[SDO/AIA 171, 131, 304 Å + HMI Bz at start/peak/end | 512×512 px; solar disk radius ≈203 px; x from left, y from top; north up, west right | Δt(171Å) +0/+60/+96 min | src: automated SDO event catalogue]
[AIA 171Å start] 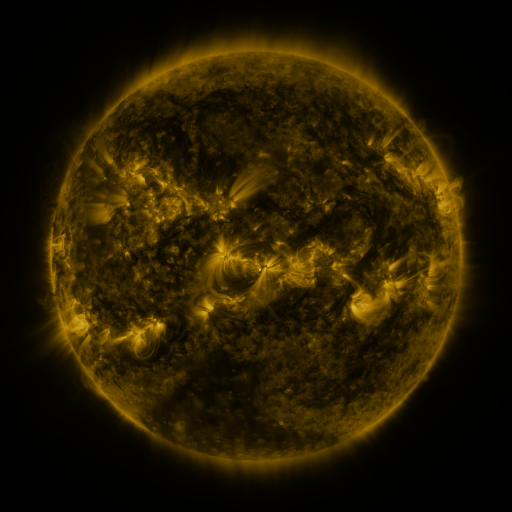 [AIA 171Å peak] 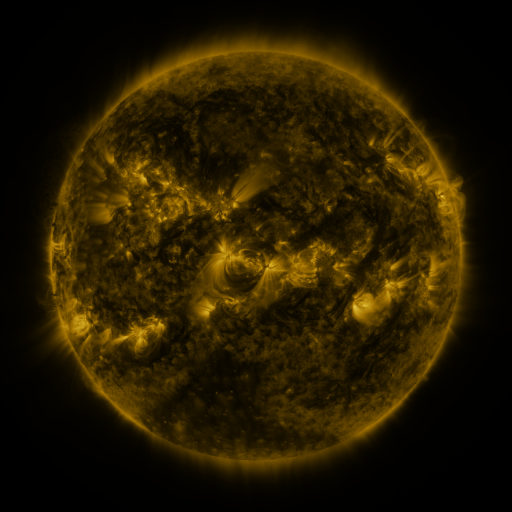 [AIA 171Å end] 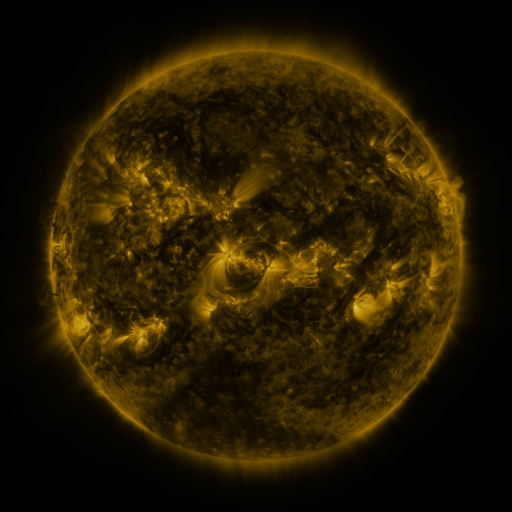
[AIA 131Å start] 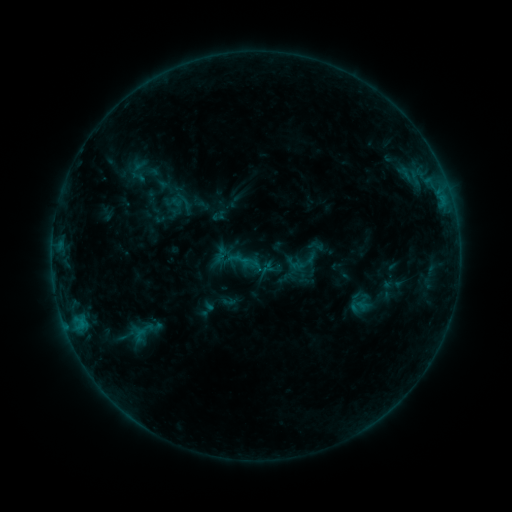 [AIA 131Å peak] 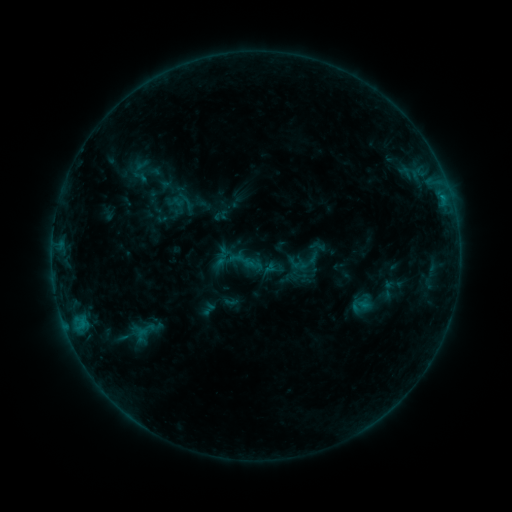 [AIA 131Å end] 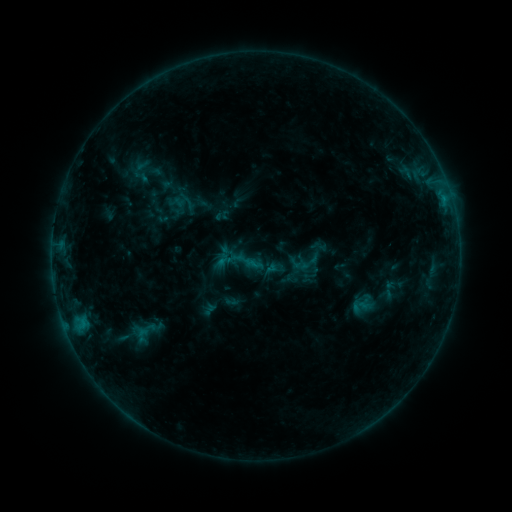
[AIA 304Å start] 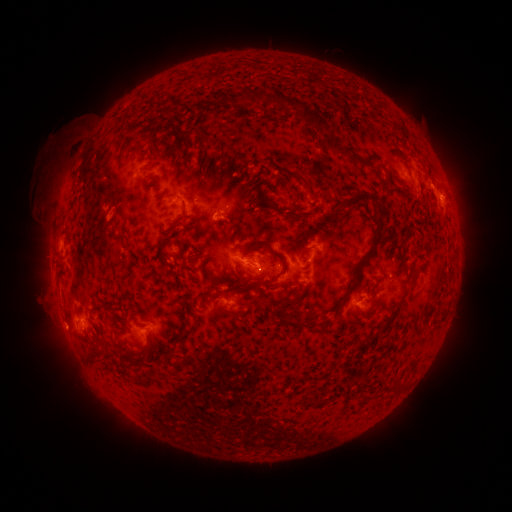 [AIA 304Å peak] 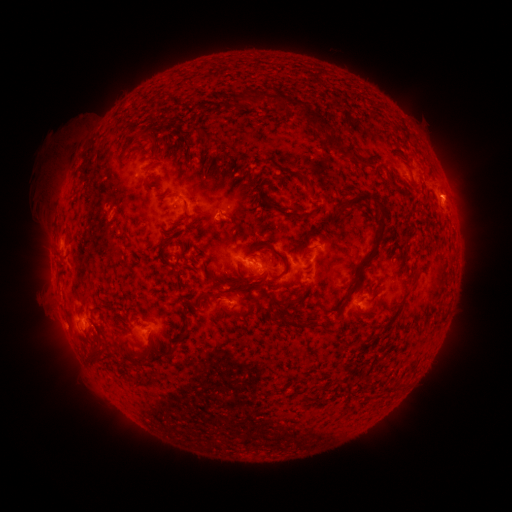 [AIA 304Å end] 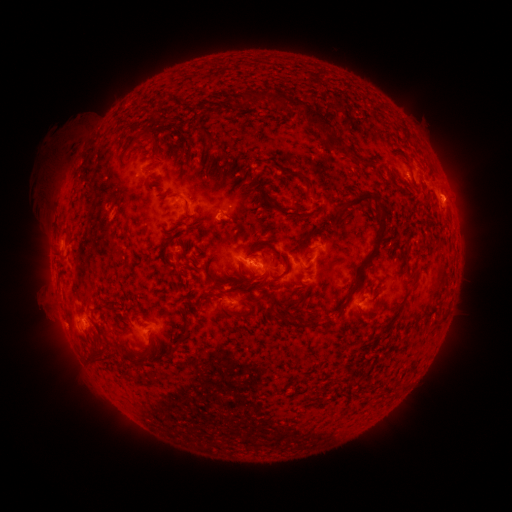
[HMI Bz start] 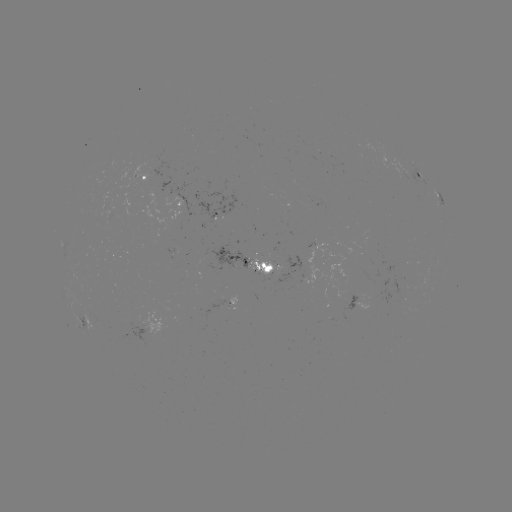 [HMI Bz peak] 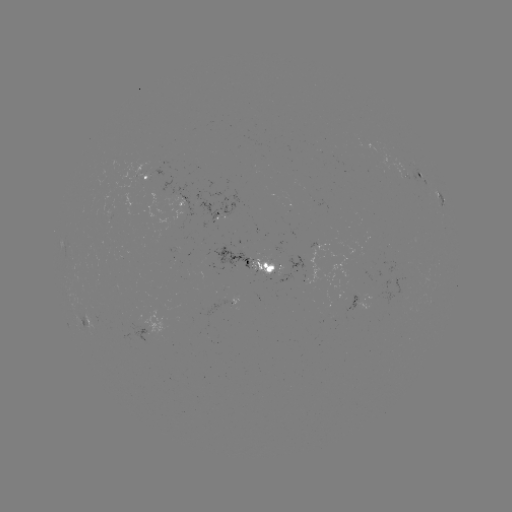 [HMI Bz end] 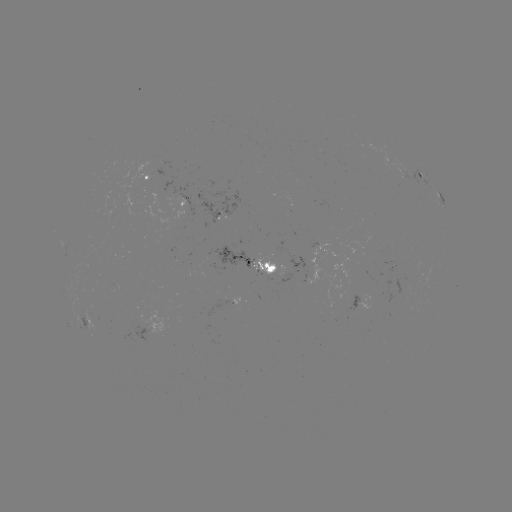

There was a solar emerging-flux region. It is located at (263, 270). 